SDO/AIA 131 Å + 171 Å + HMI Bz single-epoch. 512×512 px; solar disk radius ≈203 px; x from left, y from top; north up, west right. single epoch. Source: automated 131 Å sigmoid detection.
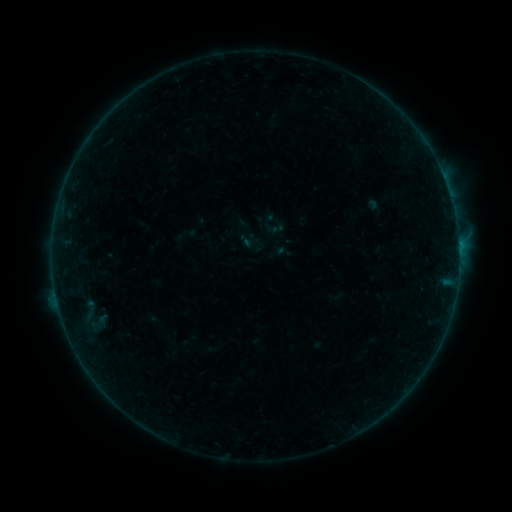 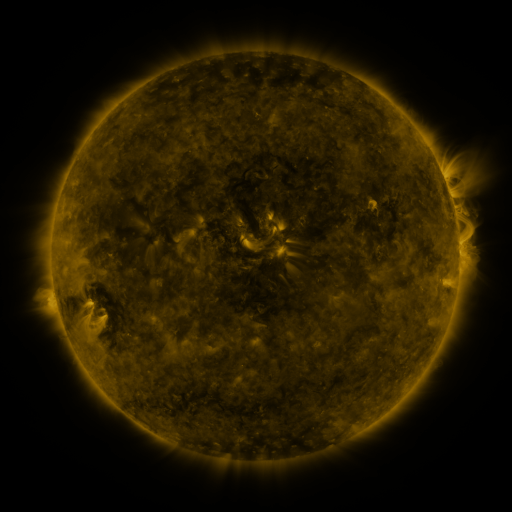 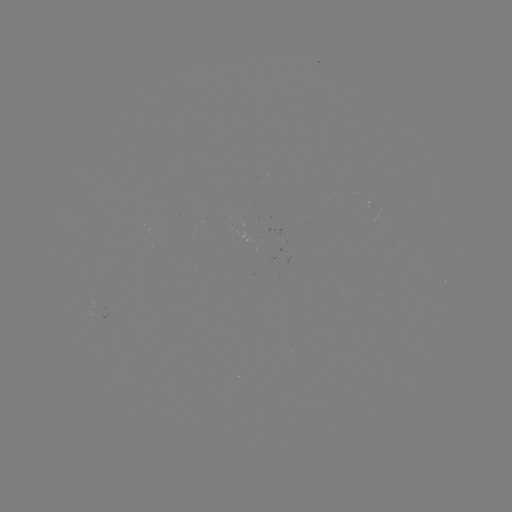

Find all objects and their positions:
sigmoid: <bbox>237, 230, 260, 253</bbox>
